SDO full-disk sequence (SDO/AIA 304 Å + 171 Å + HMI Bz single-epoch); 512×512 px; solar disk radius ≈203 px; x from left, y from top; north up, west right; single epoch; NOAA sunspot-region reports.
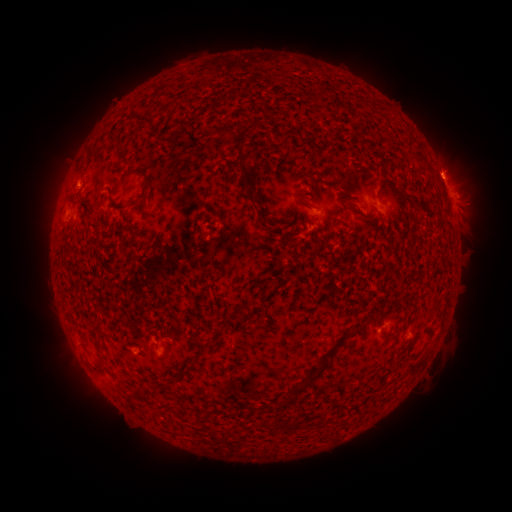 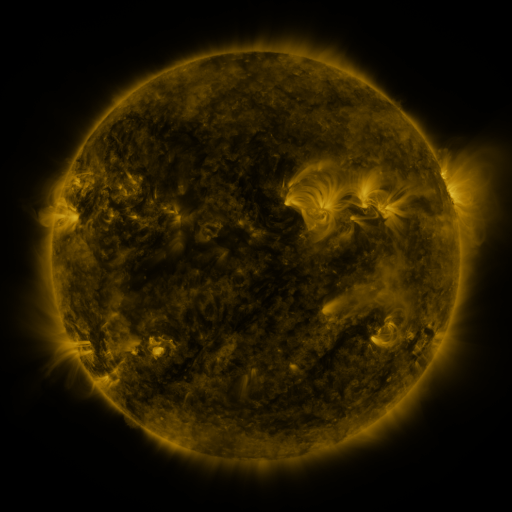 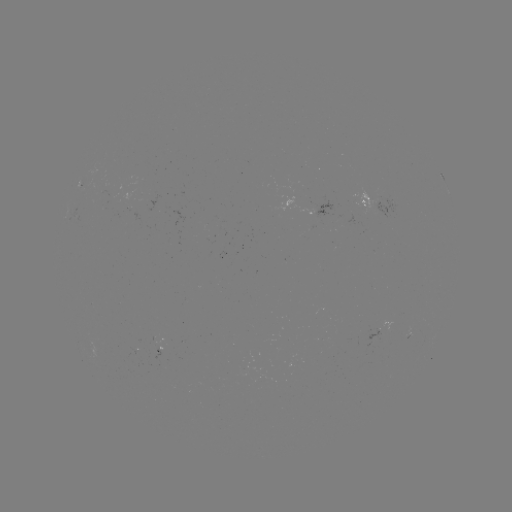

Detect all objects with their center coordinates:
spotted active region: (450, 195)
spotted active region: (377, 206)
spotted active region: (325, 213)
